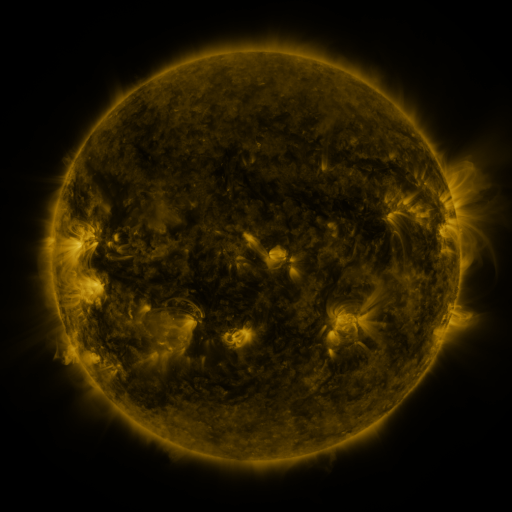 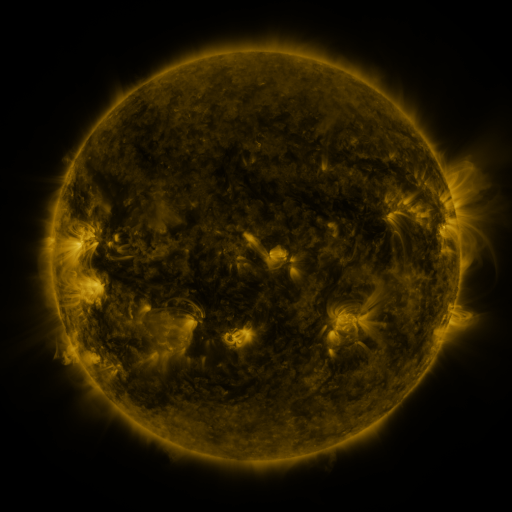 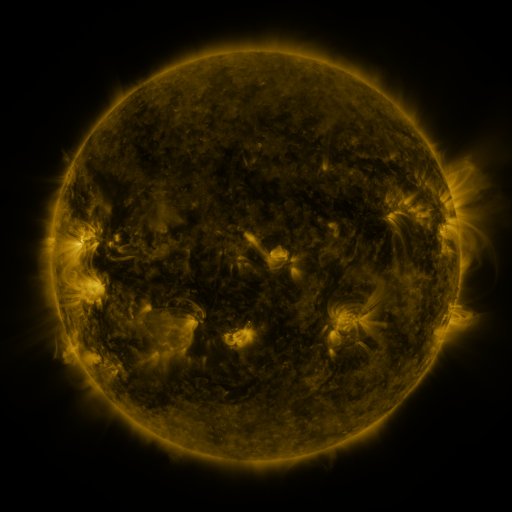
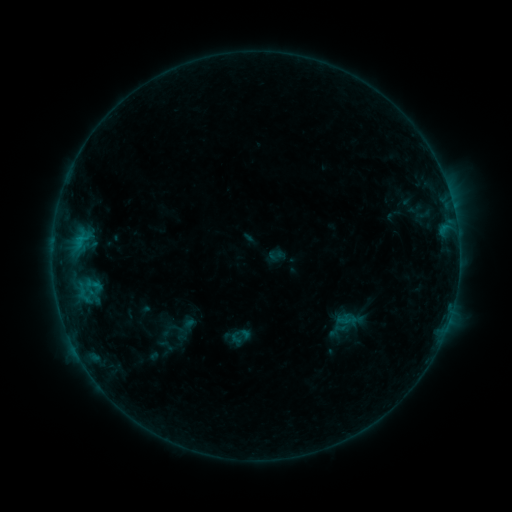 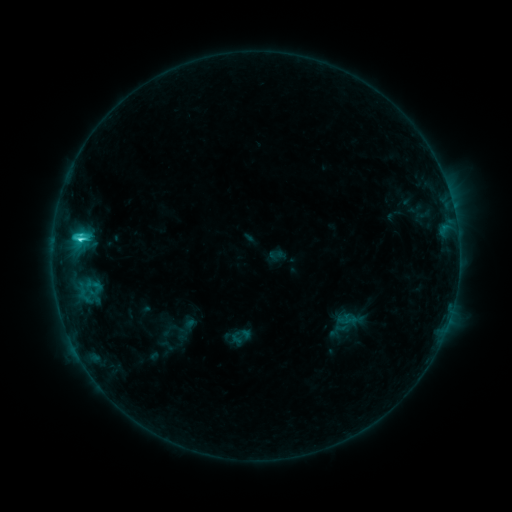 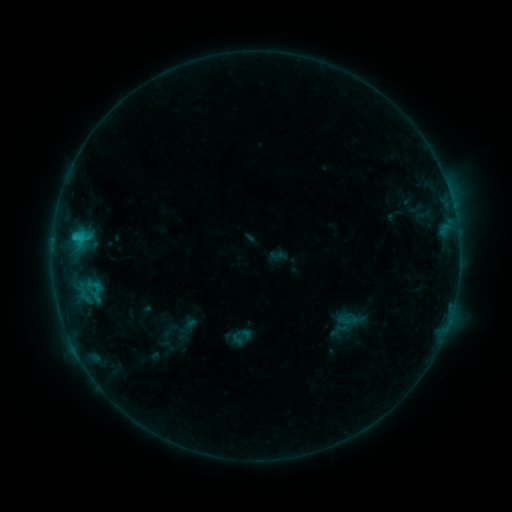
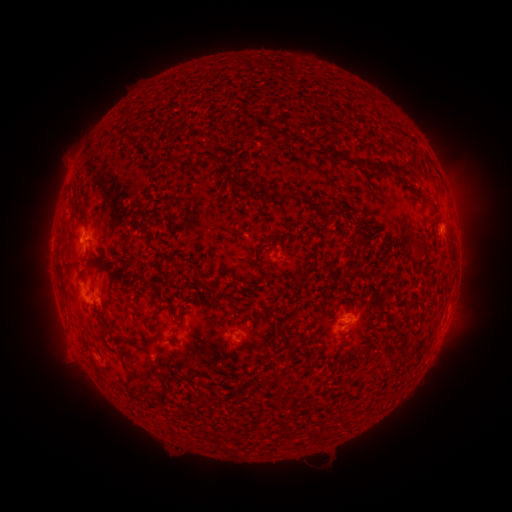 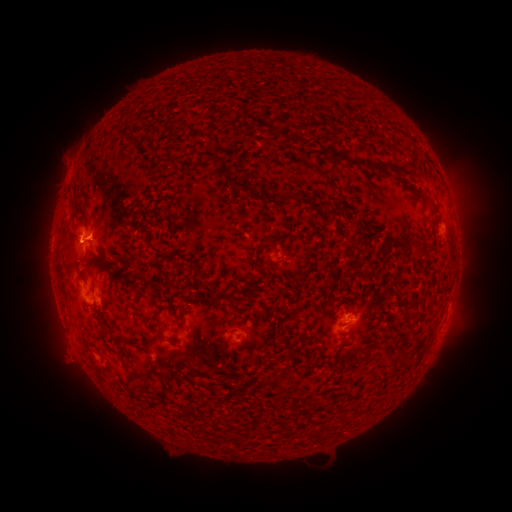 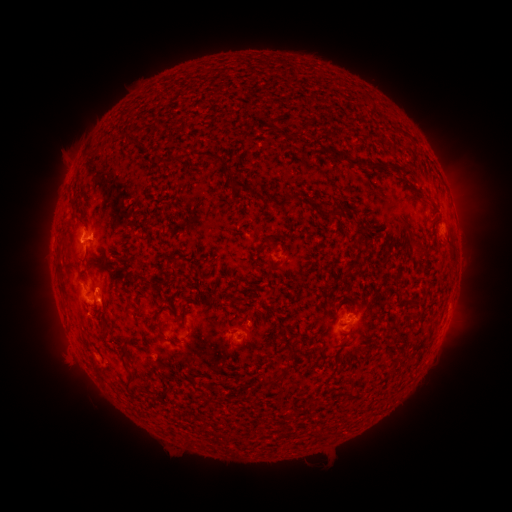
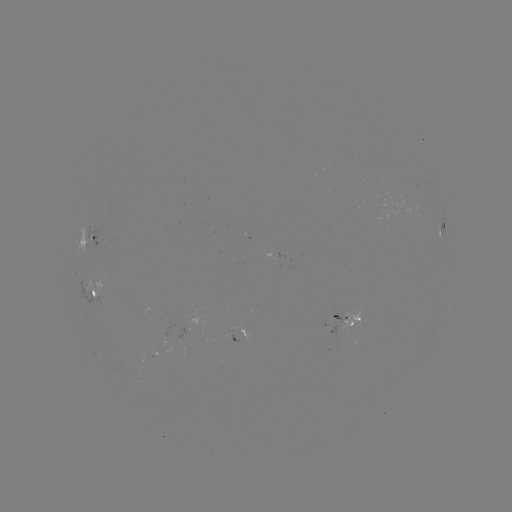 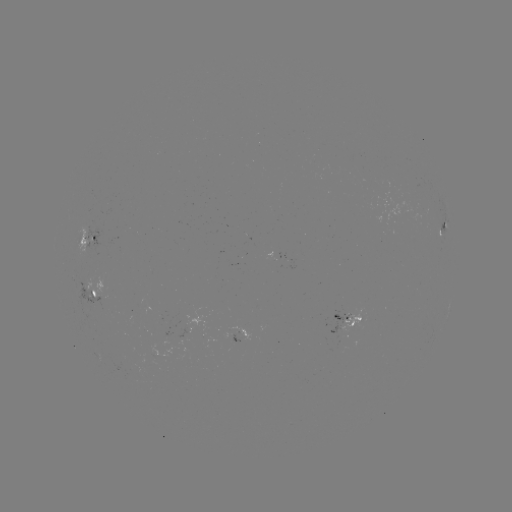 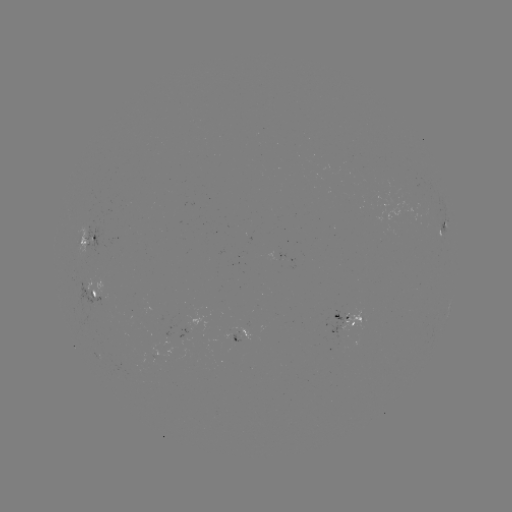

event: flare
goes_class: C2.5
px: (80, 242)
